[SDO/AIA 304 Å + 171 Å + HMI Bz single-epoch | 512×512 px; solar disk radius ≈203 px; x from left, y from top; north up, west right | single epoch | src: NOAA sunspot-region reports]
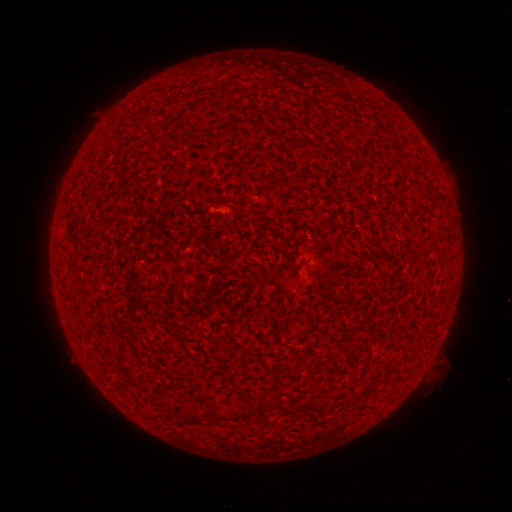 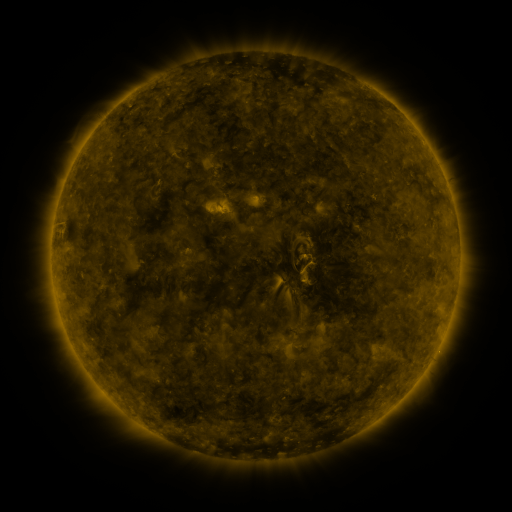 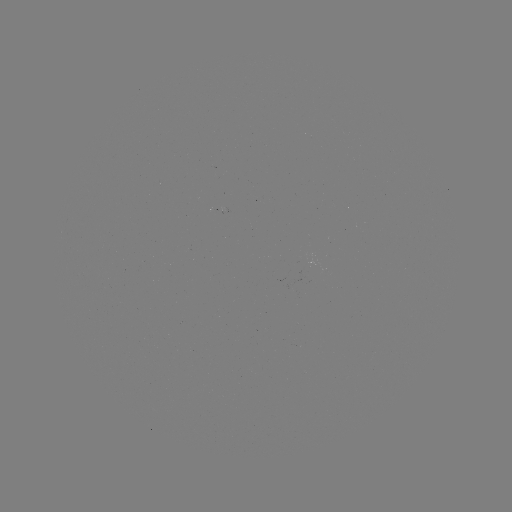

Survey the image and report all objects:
(none)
